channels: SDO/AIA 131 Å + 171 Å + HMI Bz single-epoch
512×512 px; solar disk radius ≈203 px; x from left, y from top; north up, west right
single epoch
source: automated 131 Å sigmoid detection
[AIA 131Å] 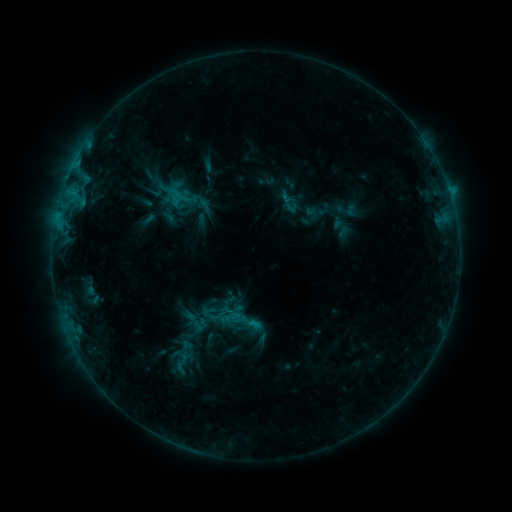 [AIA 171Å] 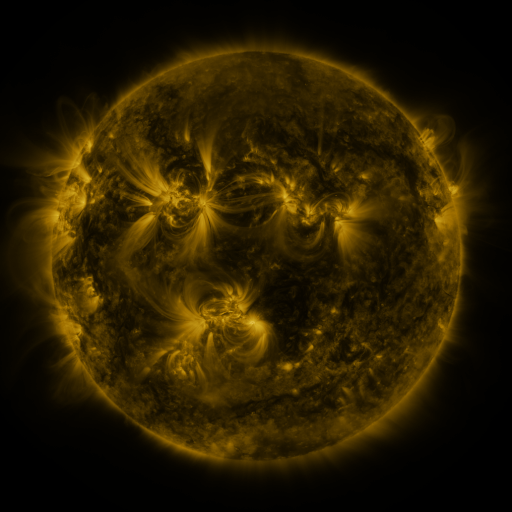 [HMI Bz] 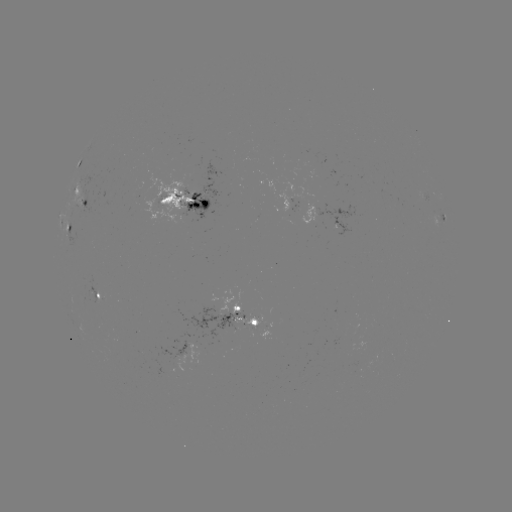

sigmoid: <bbox>195, 196, 213, 215</bbox>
